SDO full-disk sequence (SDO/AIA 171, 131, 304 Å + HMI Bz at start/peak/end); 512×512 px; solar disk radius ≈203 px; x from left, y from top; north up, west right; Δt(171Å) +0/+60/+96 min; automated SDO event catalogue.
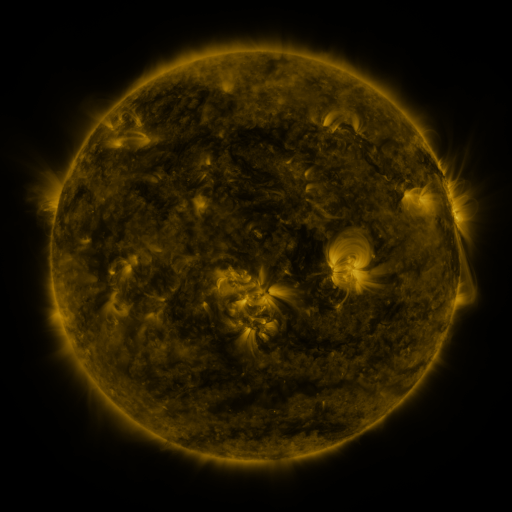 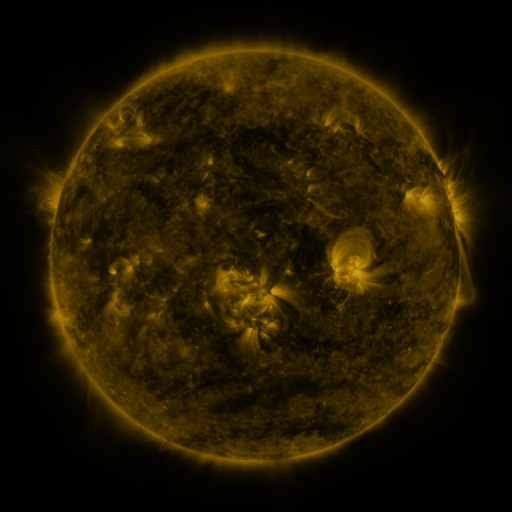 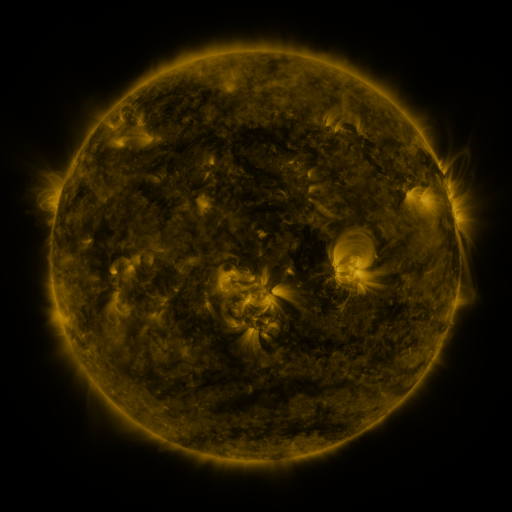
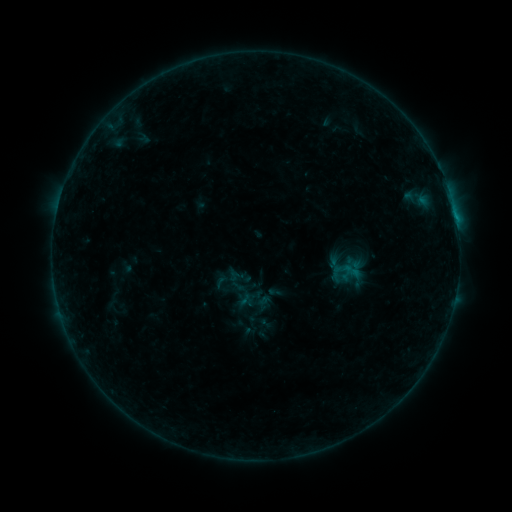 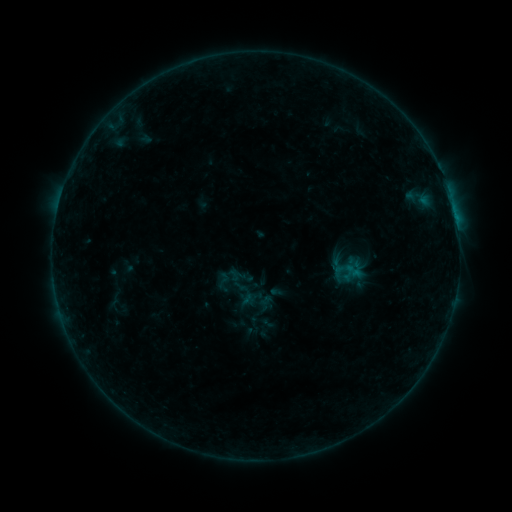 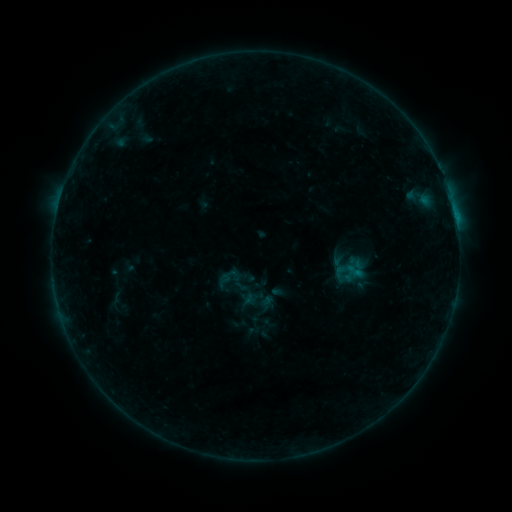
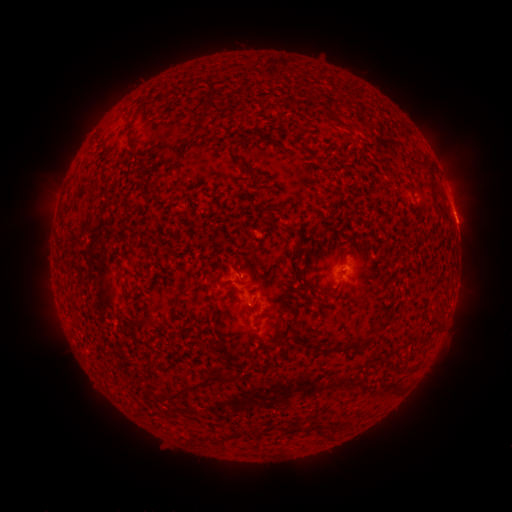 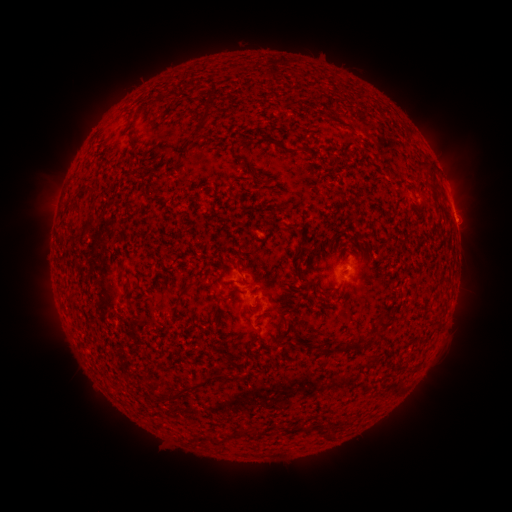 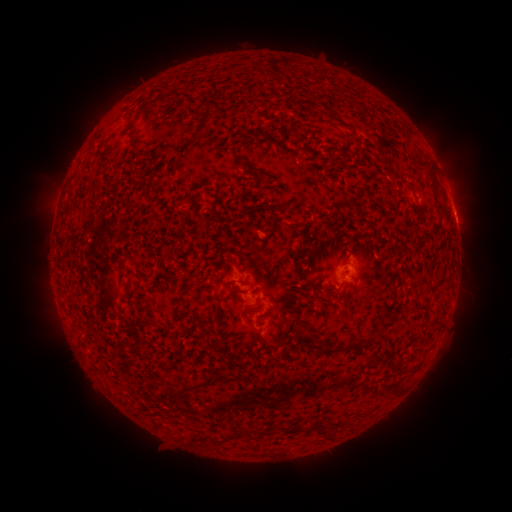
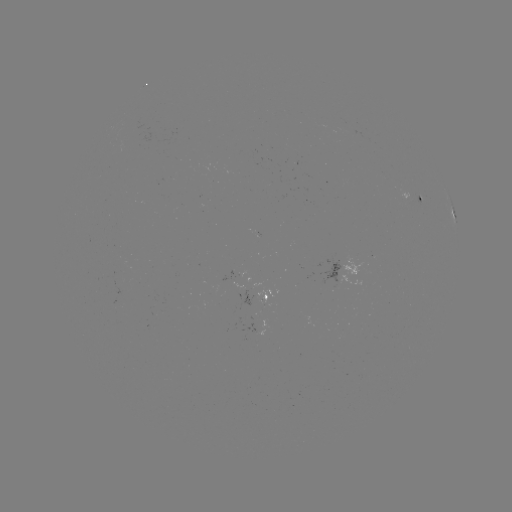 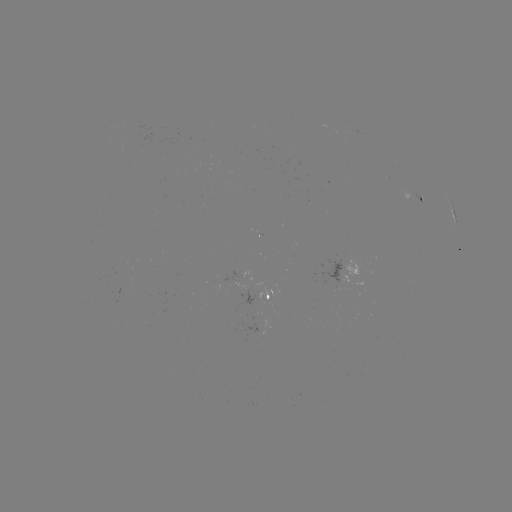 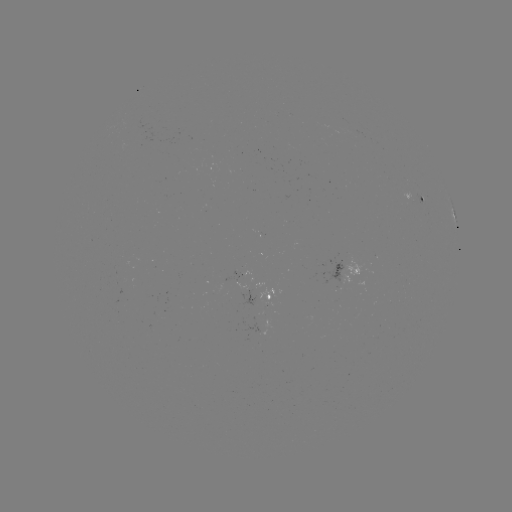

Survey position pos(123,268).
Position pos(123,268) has emerging-flux region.